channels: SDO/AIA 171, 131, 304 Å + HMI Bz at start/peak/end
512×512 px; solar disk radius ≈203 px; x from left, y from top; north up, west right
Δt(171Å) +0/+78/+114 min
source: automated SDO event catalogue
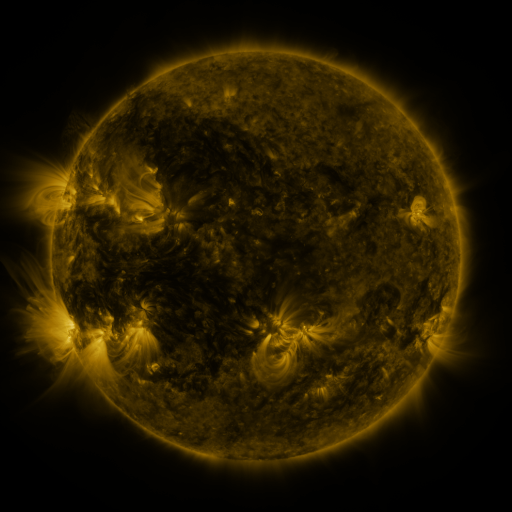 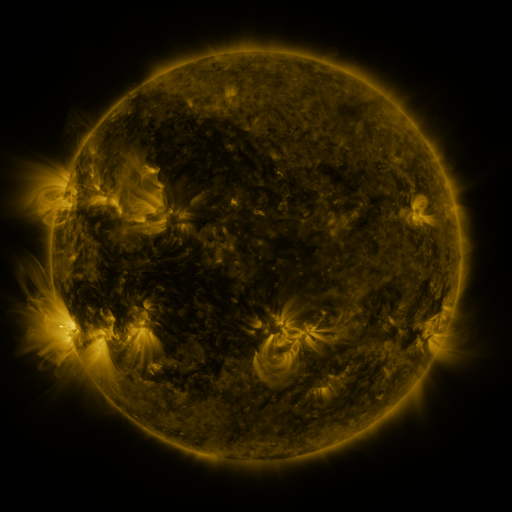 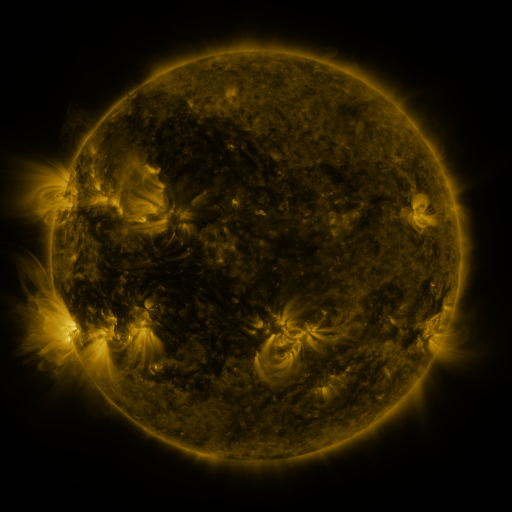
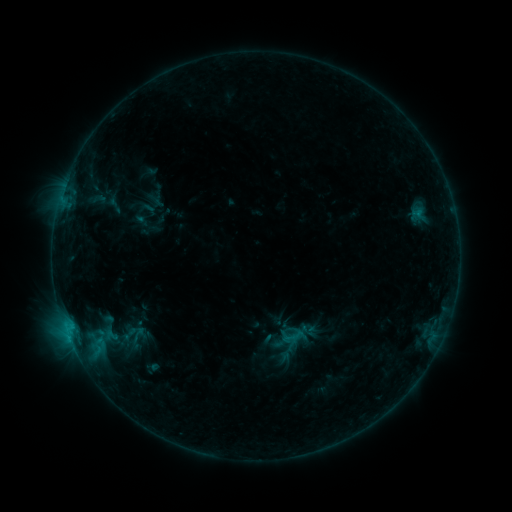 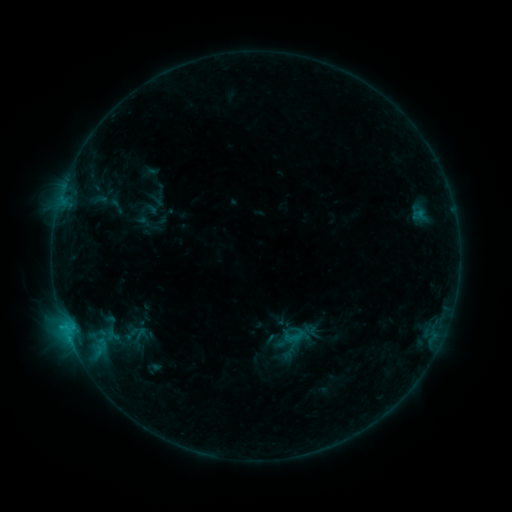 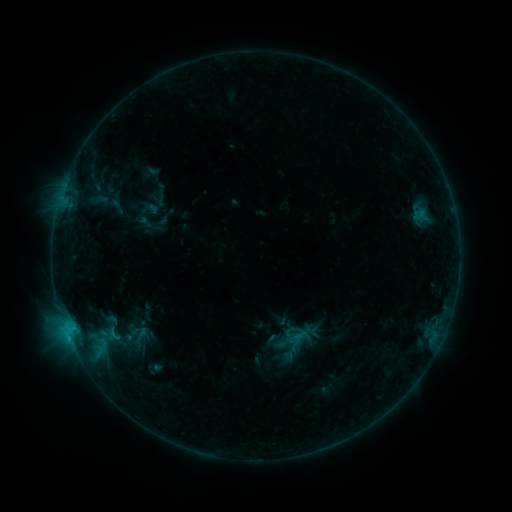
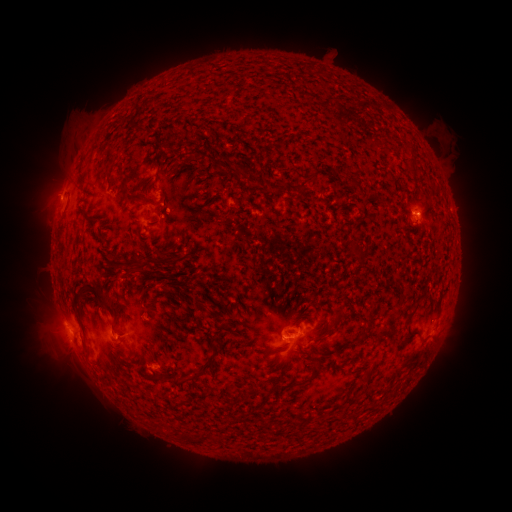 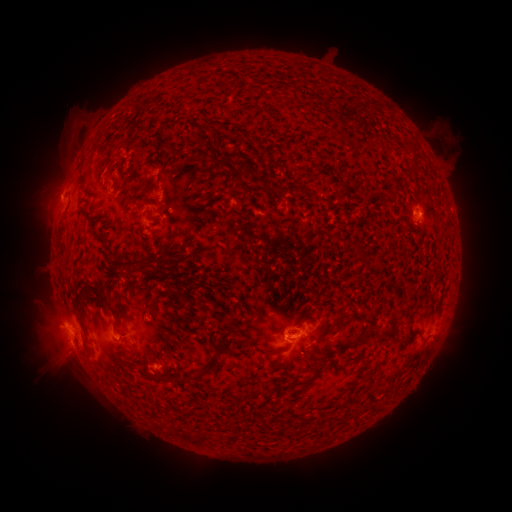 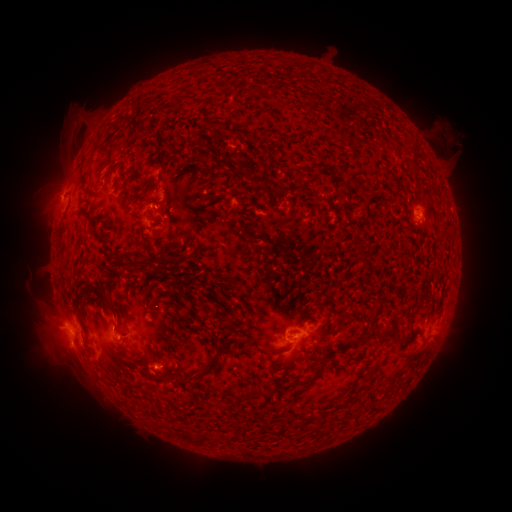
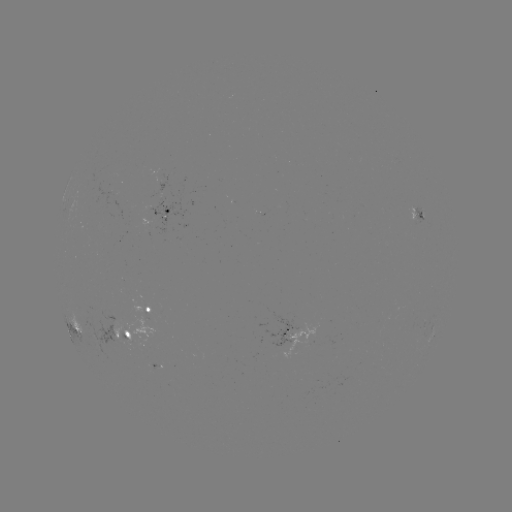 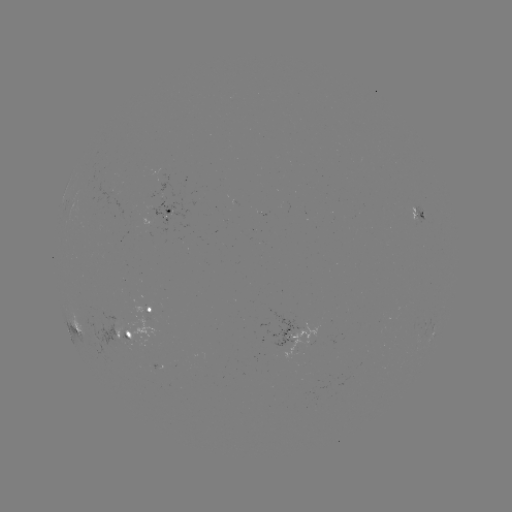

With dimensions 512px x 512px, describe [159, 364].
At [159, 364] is emerging-flux region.